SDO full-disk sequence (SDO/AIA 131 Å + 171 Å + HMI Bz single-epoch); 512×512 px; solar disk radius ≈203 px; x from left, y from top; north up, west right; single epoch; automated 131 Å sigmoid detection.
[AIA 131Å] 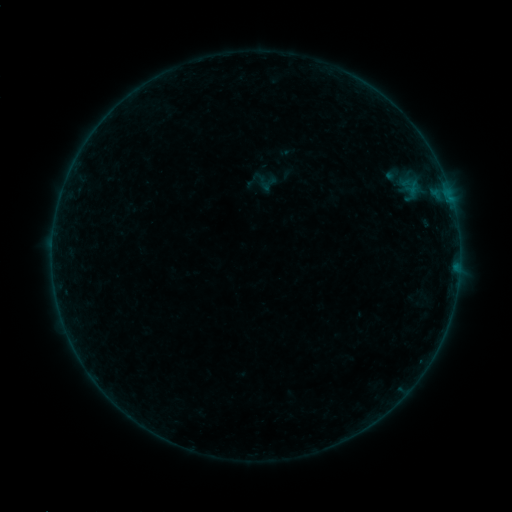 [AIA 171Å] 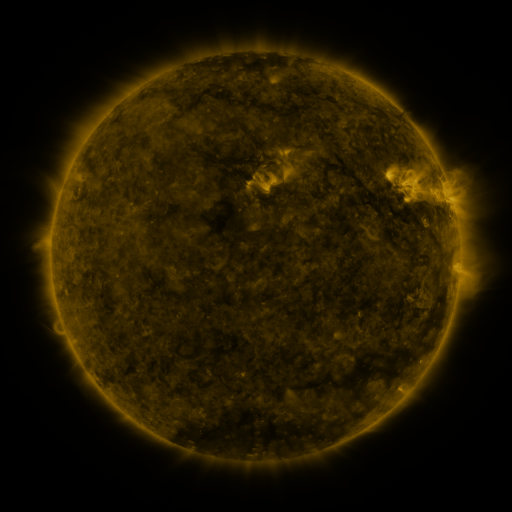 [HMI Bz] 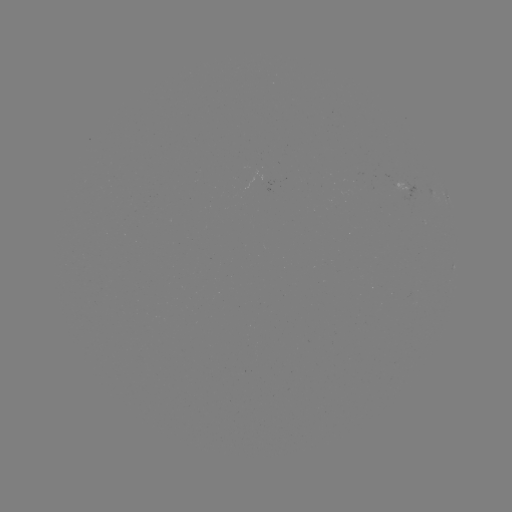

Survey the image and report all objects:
sigmoid: (269, 184)
